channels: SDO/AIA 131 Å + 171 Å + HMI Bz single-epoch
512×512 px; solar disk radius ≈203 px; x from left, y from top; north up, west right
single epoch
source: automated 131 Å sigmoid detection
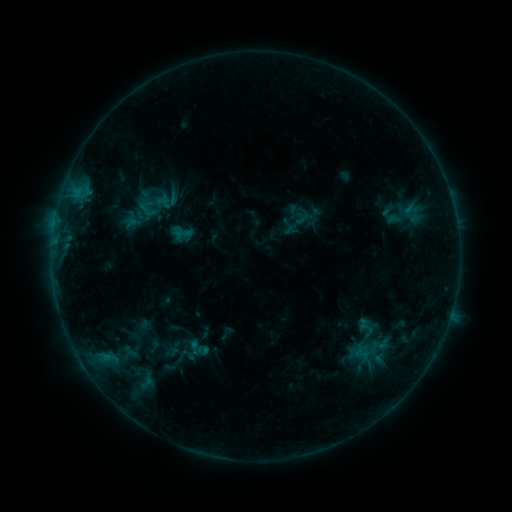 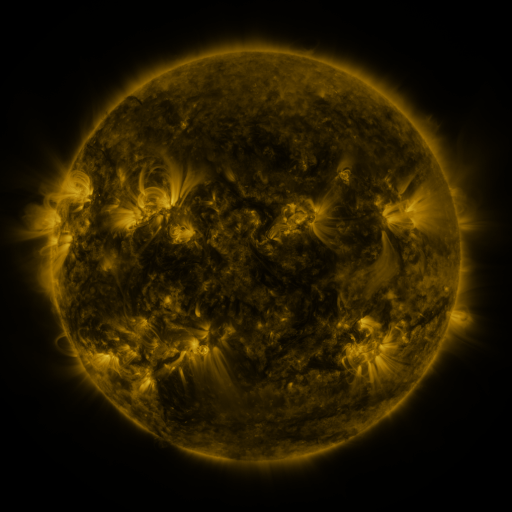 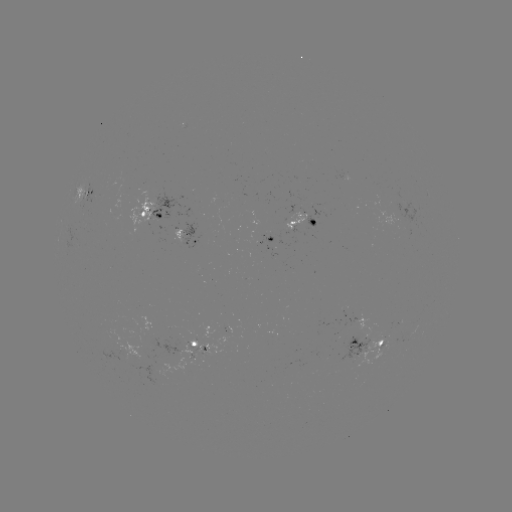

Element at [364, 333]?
sigmoid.